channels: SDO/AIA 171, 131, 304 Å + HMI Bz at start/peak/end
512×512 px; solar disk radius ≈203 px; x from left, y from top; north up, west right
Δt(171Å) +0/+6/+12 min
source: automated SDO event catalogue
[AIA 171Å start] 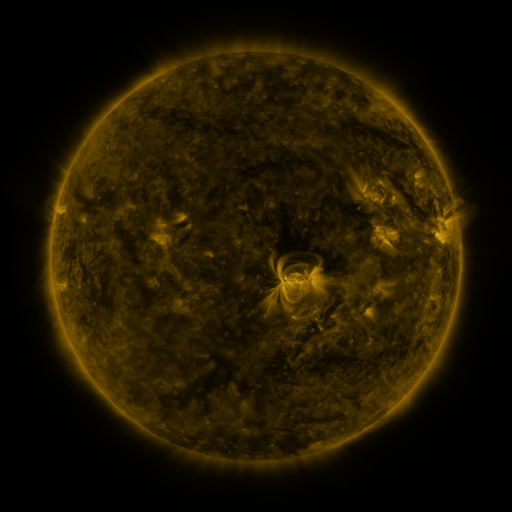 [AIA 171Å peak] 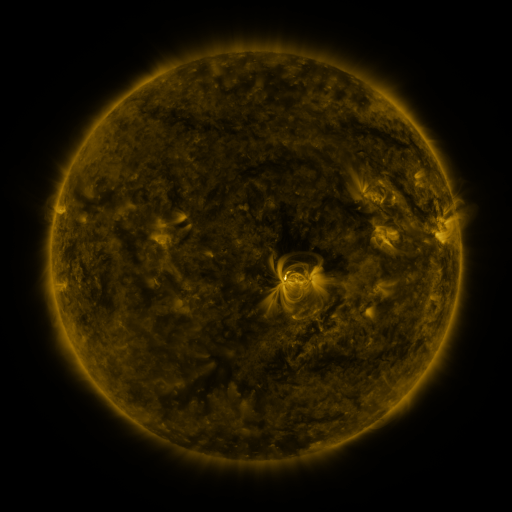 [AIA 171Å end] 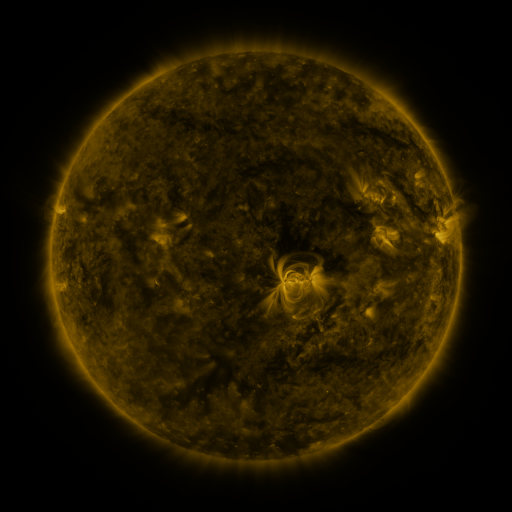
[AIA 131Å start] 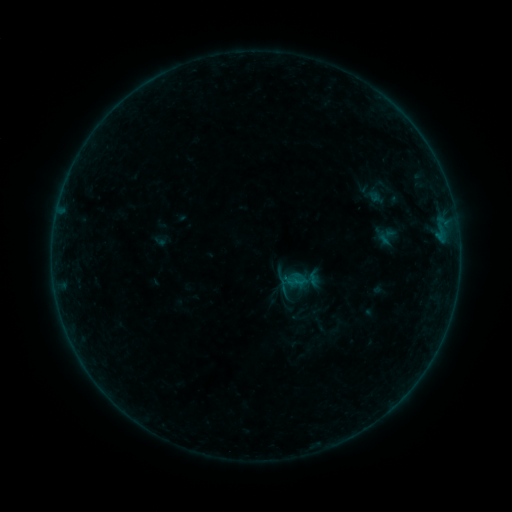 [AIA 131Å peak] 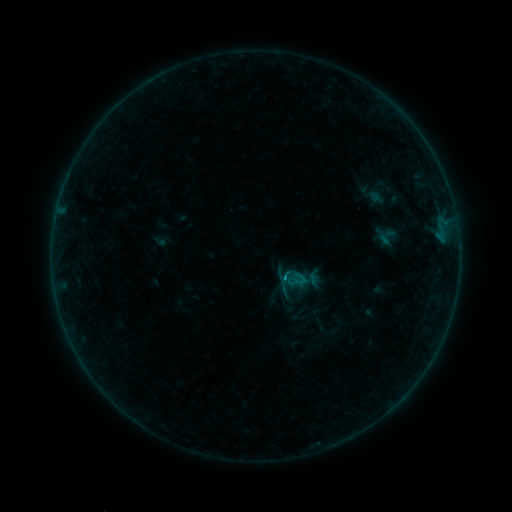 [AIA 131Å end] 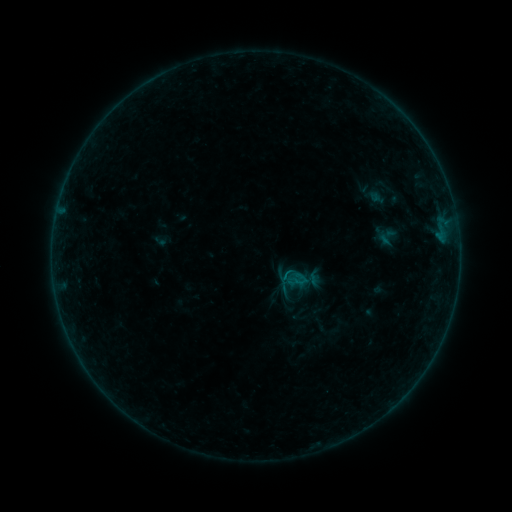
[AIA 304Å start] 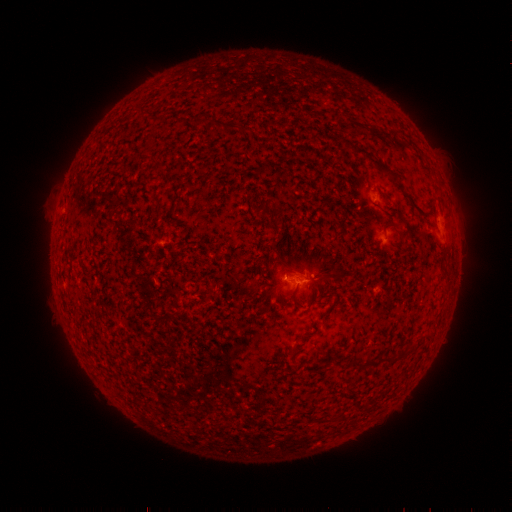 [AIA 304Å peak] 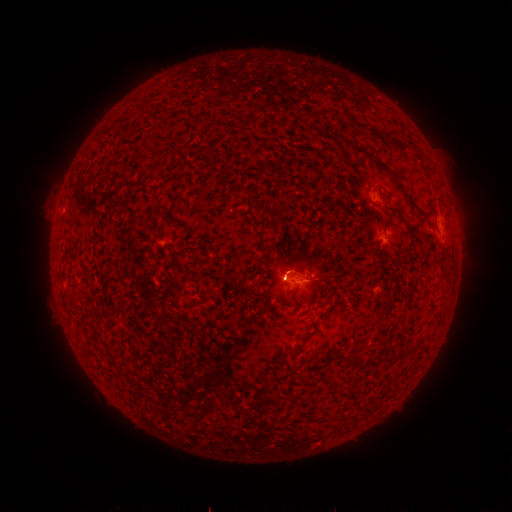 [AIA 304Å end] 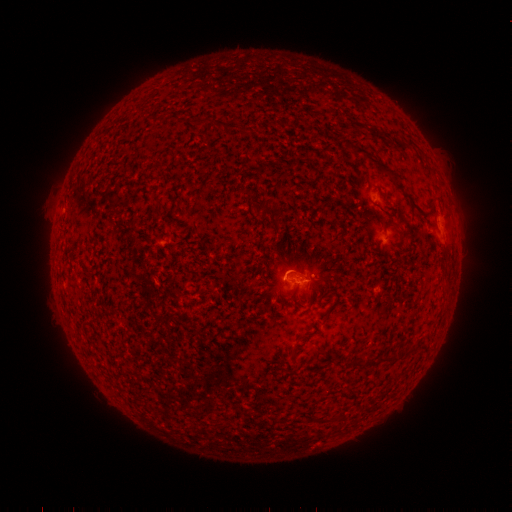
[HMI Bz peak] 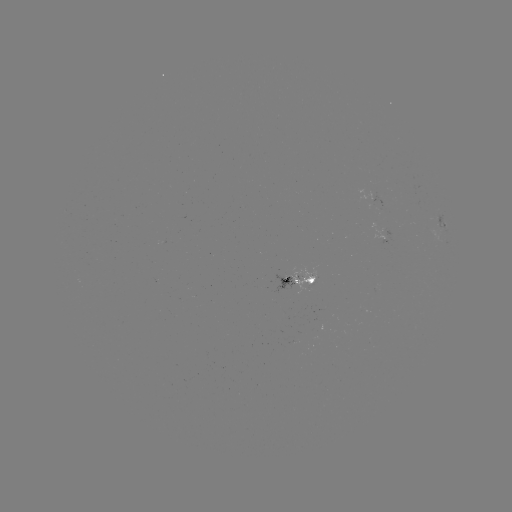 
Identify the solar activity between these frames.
B2.3 flare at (284, 275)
